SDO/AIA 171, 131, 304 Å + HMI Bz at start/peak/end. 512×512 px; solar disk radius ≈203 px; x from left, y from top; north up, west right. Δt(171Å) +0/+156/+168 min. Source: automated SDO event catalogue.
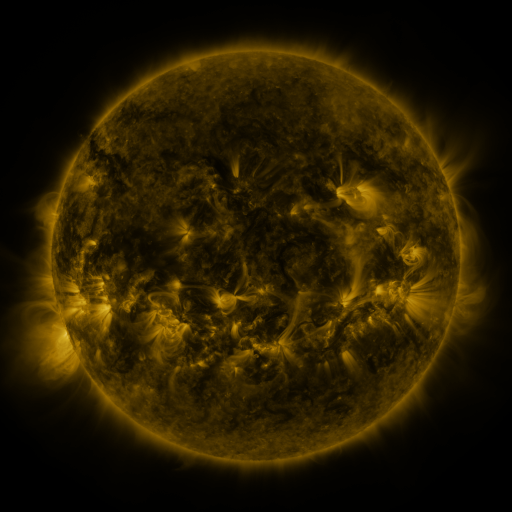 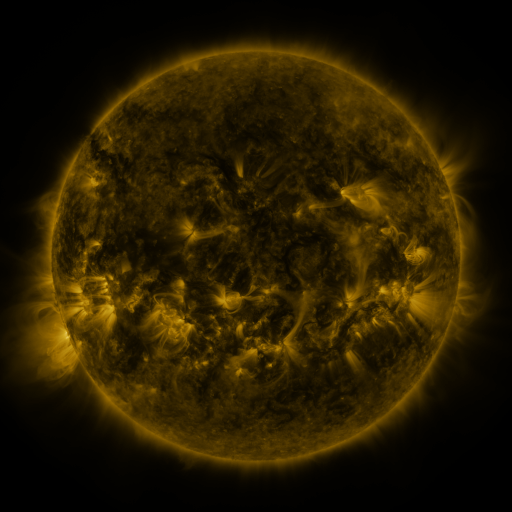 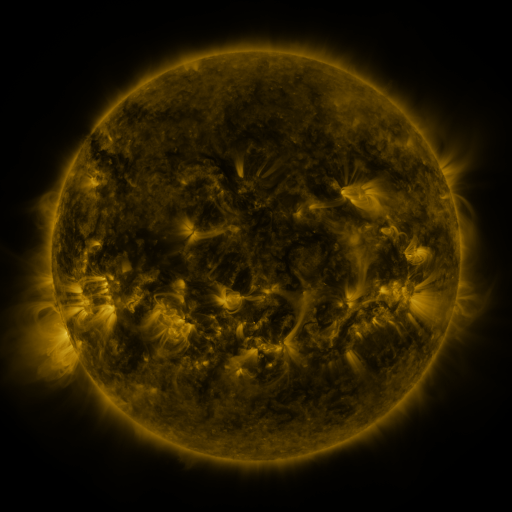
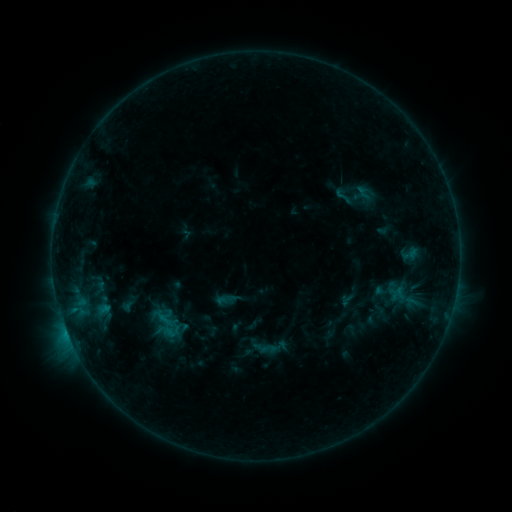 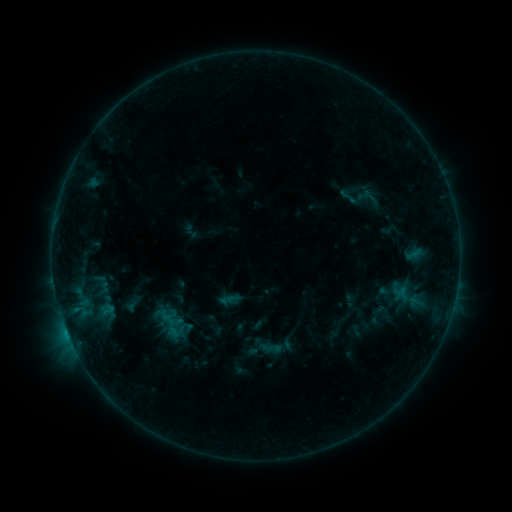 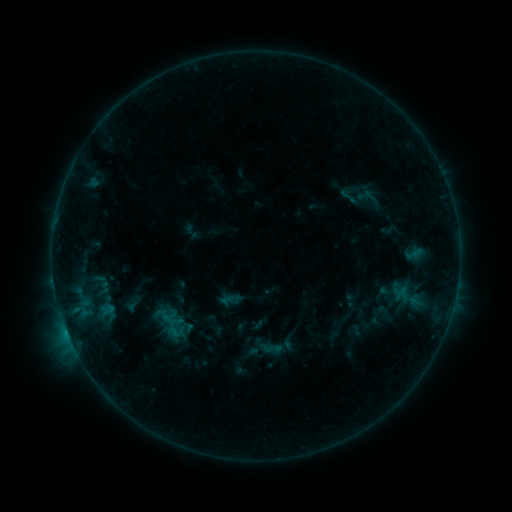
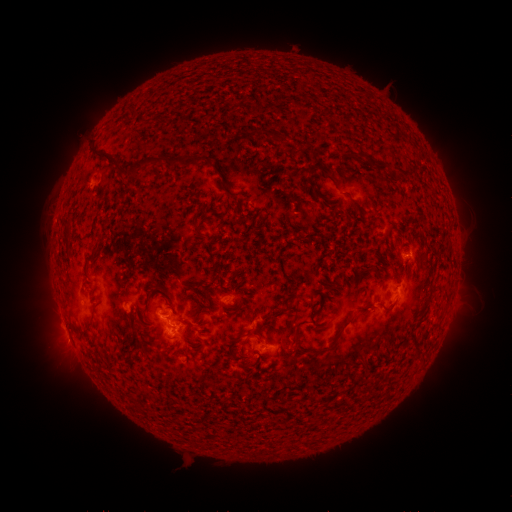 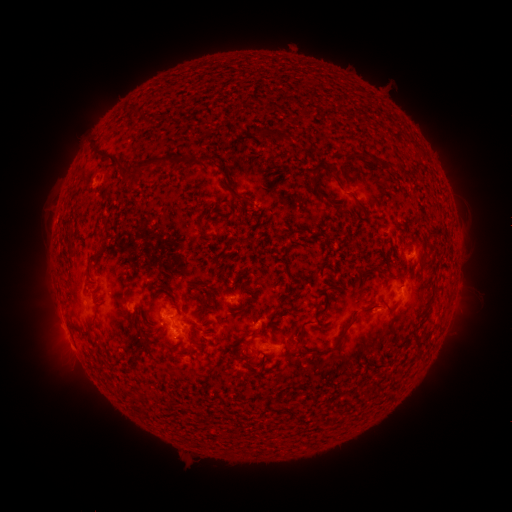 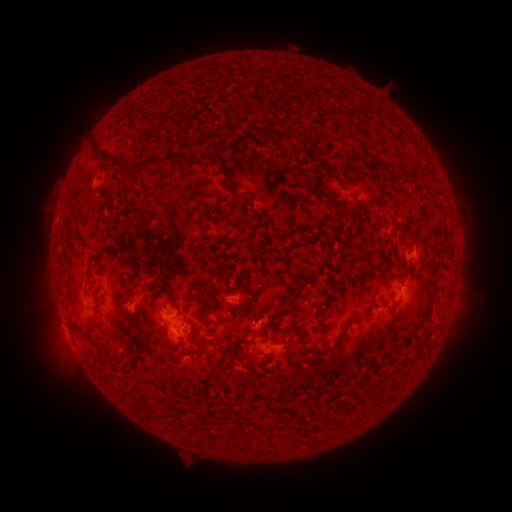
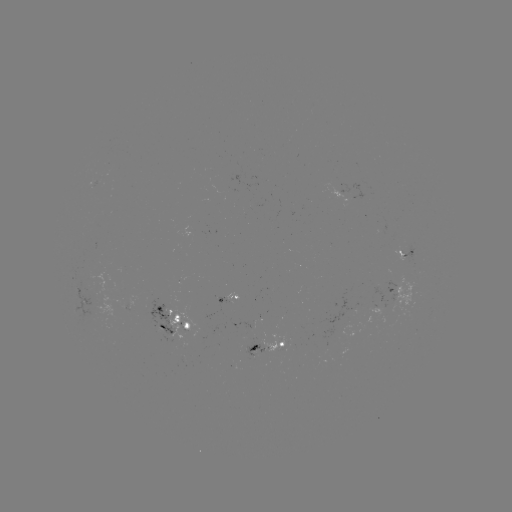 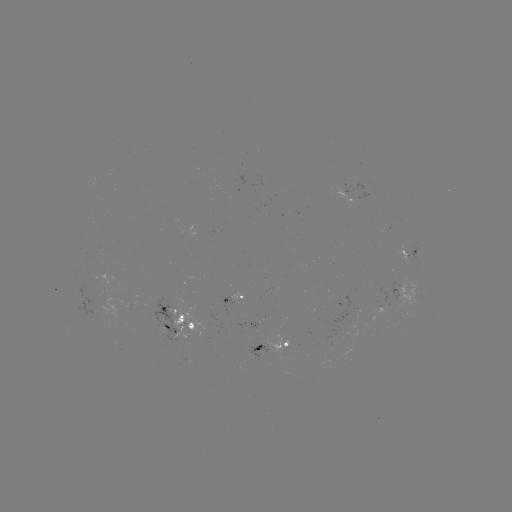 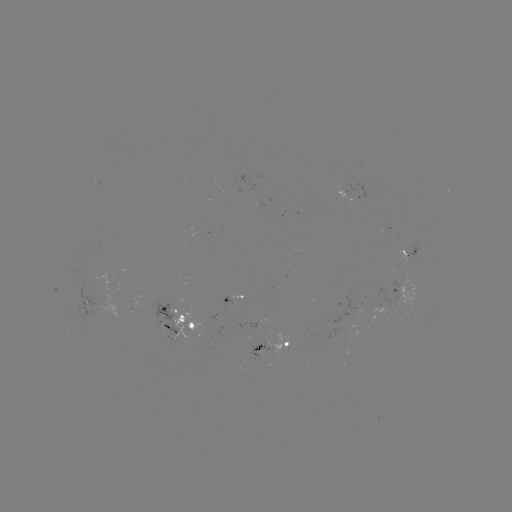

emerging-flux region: [372, 308, 386, 317]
